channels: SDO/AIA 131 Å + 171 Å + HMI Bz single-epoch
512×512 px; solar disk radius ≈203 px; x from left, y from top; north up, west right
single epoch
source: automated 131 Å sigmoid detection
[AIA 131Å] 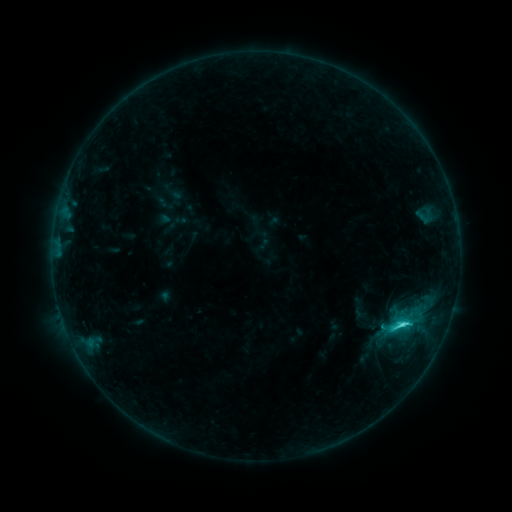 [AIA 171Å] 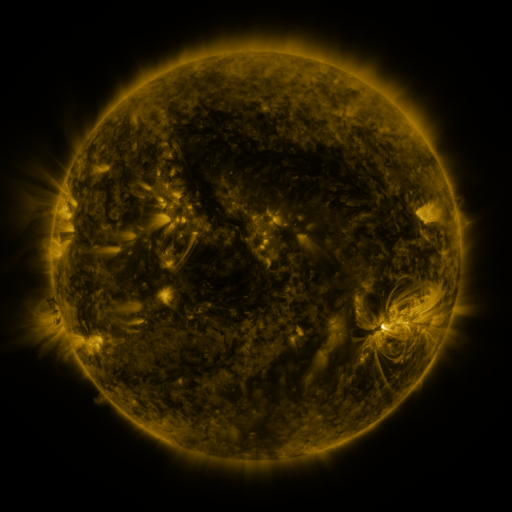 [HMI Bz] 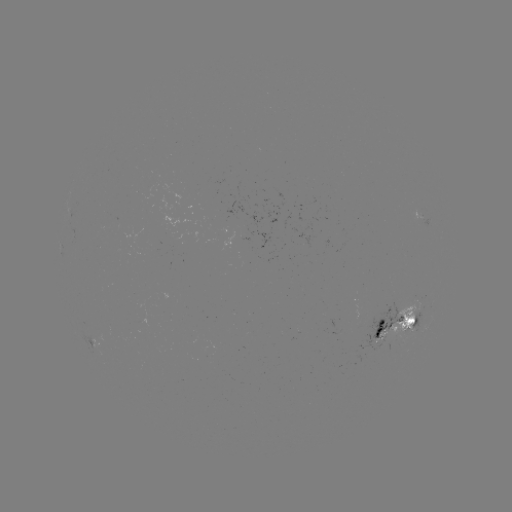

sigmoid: <bbox>388, 314, 412, 337</bbox>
